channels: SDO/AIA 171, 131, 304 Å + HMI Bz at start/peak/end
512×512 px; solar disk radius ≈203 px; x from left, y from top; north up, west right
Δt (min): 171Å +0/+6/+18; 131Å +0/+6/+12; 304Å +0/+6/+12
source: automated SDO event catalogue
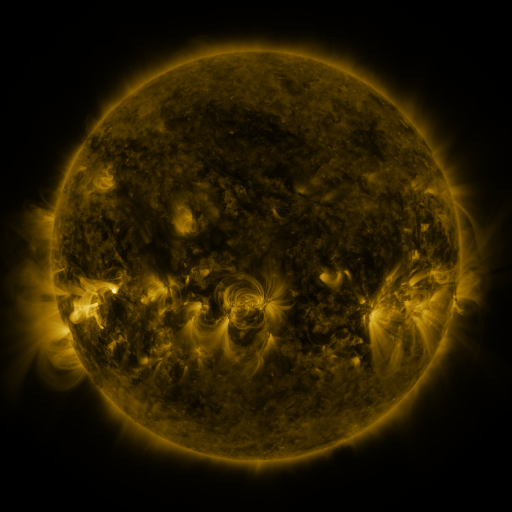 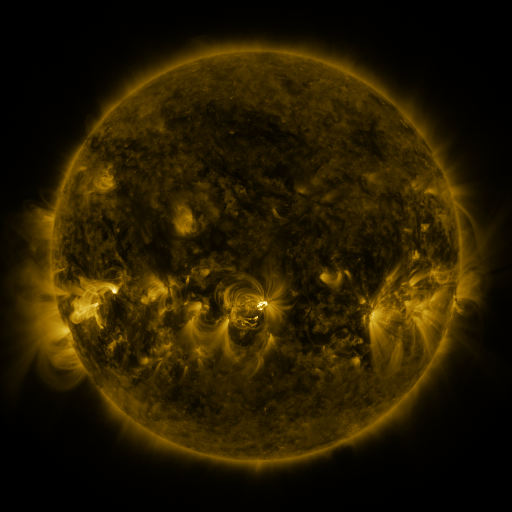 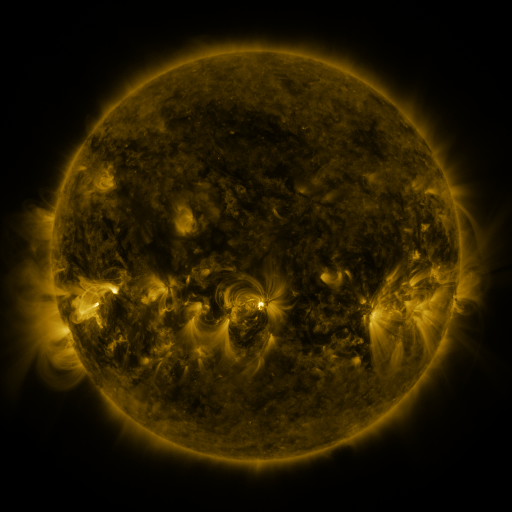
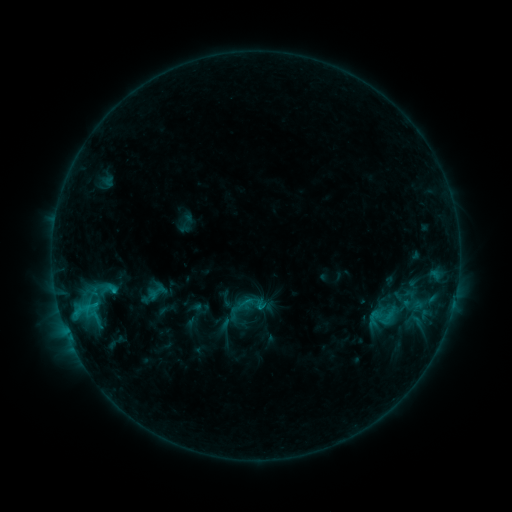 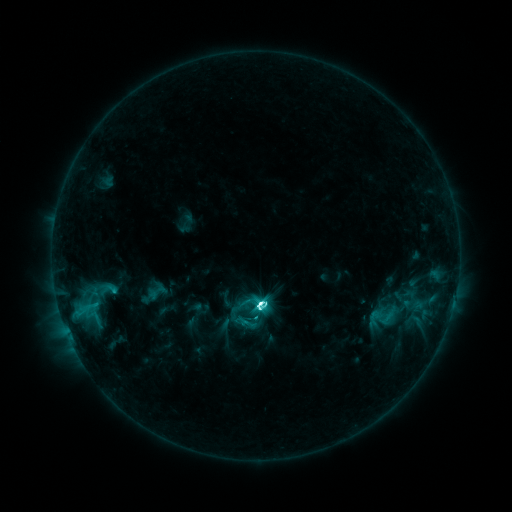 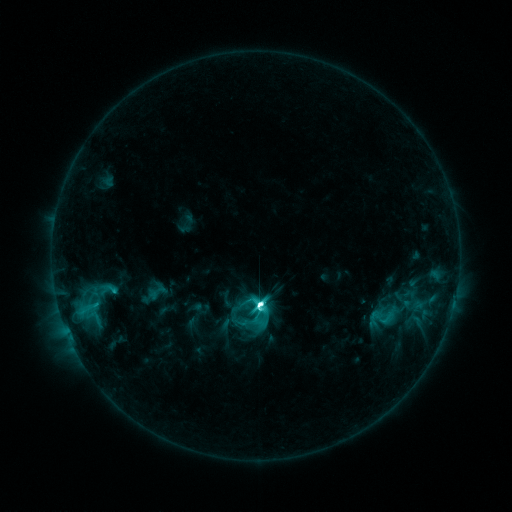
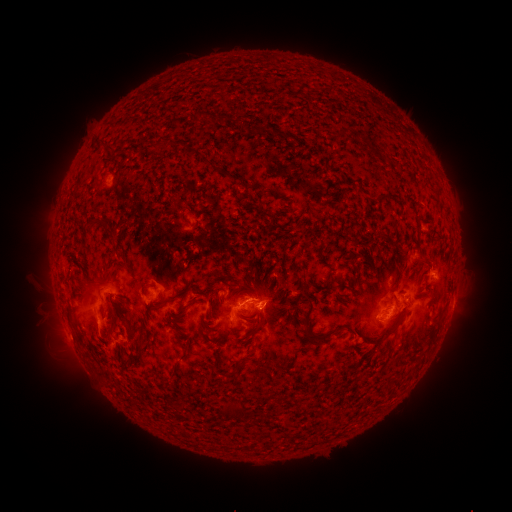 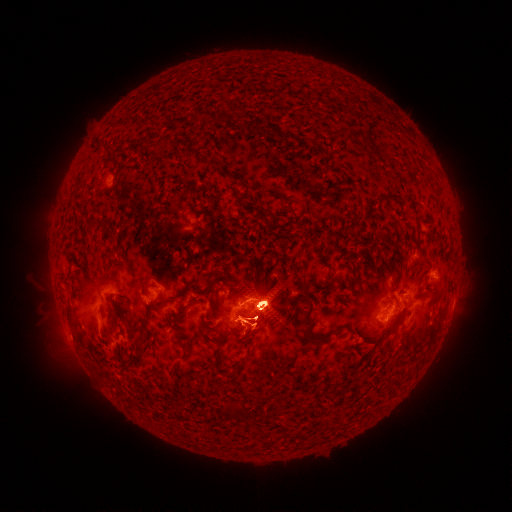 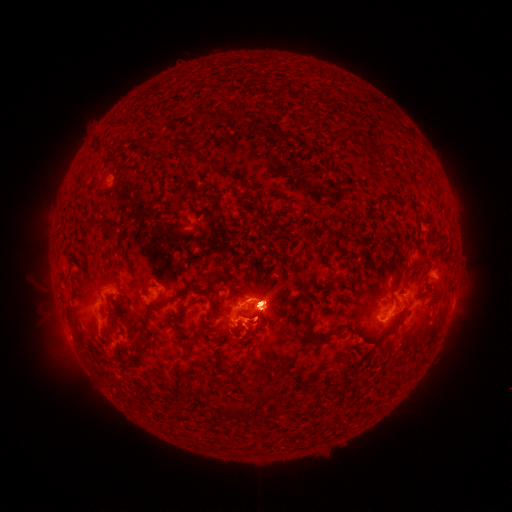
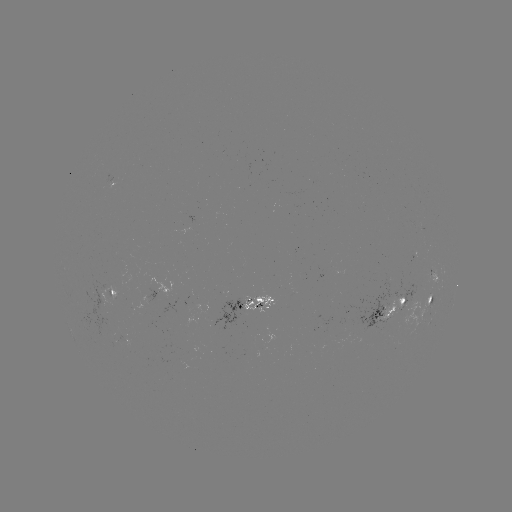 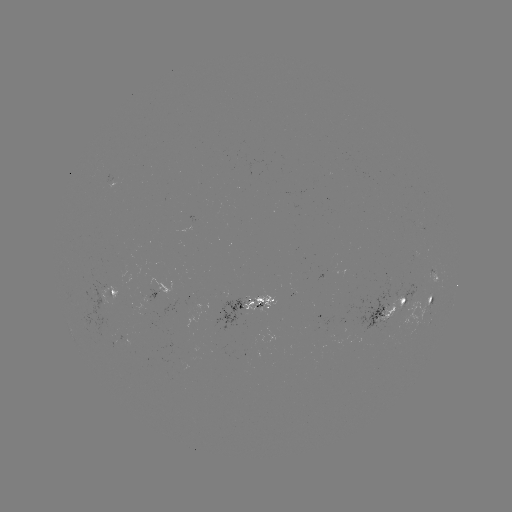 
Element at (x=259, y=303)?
M3.1 flare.